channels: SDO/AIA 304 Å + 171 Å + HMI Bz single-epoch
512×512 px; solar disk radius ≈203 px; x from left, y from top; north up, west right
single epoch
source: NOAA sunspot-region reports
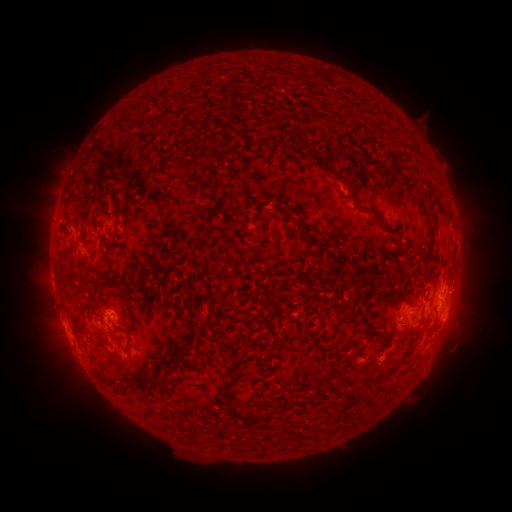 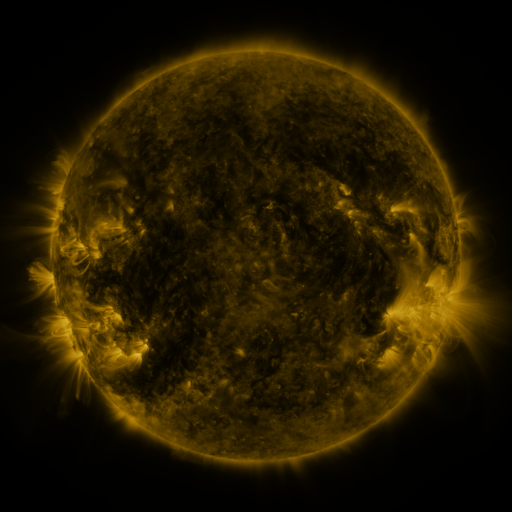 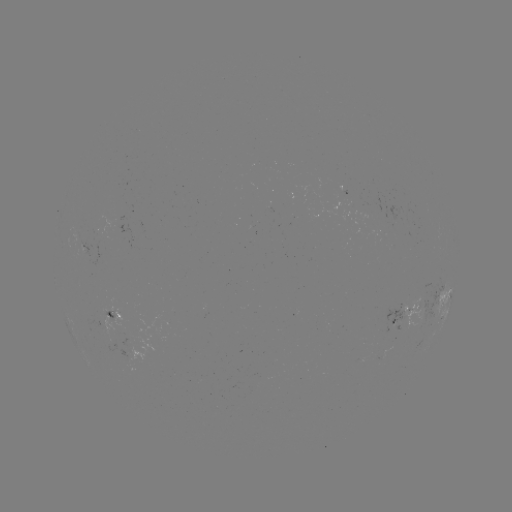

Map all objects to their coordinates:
spotted active region: (89, 246)
spotted active region: (441, 300)
spotted active region: (405, 311)
spotted active region: (112, 318)
spotted active region: (365, 358)
